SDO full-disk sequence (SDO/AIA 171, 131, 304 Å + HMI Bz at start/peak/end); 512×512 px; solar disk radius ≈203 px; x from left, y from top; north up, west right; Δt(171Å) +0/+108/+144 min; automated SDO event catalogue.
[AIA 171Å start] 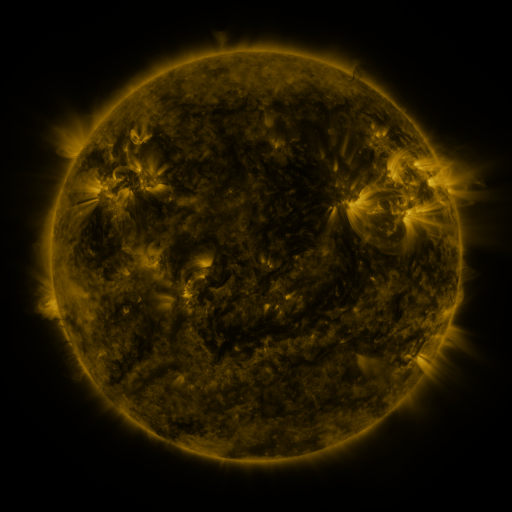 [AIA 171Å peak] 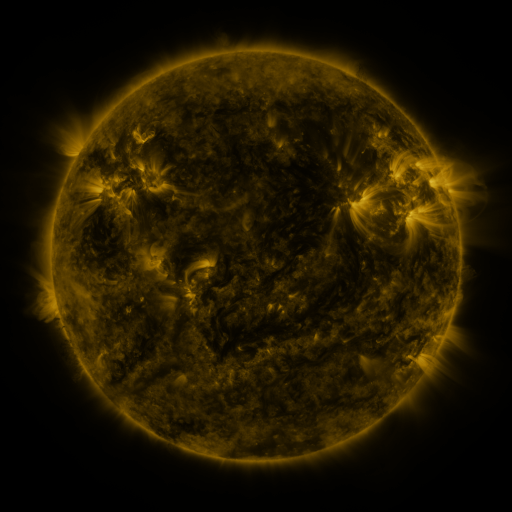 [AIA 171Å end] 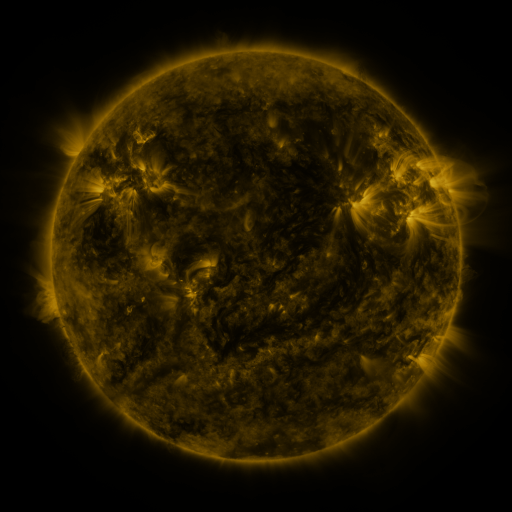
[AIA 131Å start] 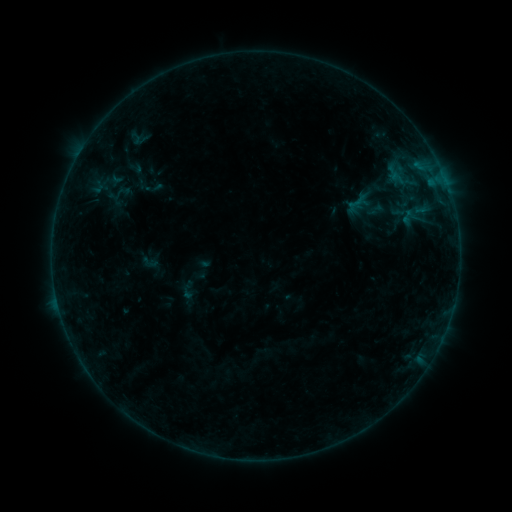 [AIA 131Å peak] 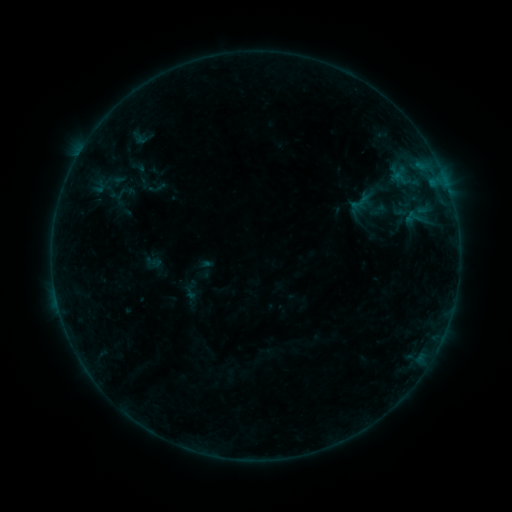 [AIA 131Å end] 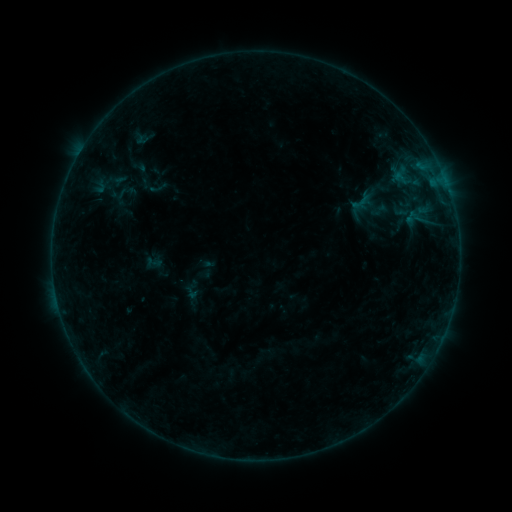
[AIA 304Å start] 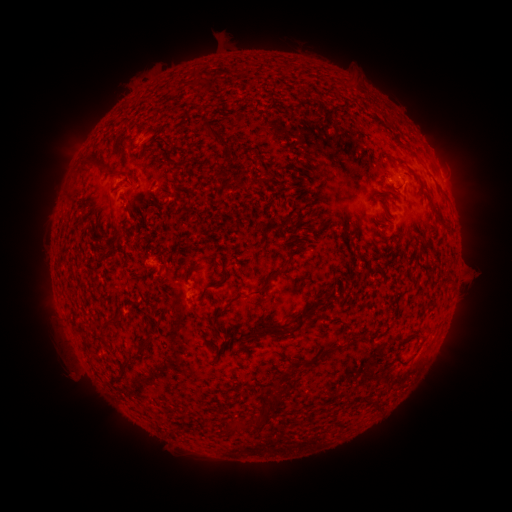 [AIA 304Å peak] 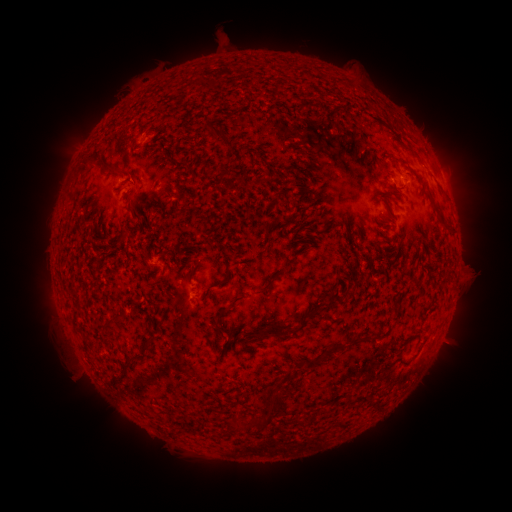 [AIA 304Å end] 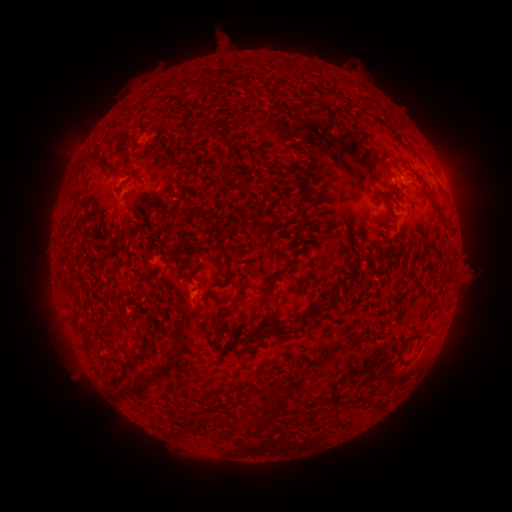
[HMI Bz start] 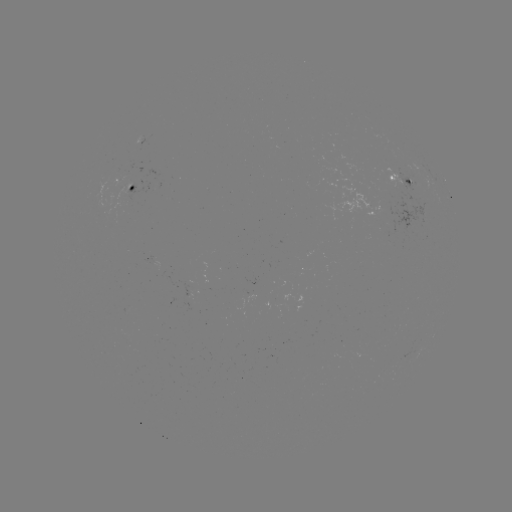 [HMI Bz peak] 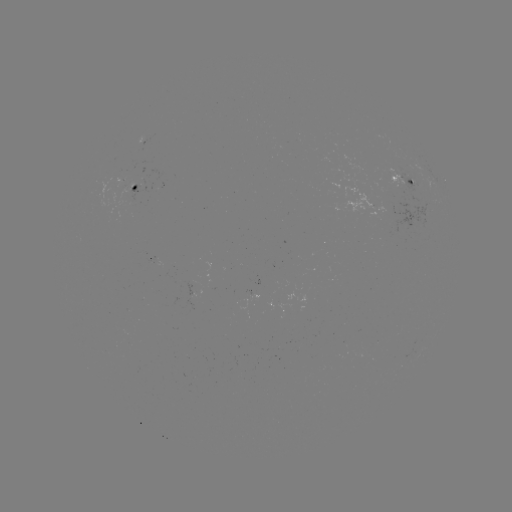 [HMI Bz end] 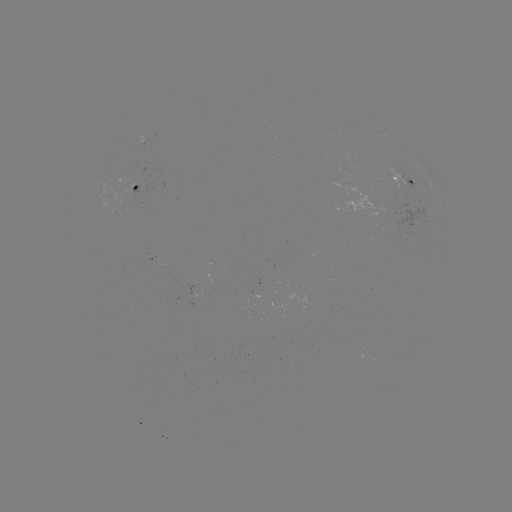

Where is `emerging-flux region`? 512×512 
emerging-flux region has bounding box [382, 167, 409, 192].